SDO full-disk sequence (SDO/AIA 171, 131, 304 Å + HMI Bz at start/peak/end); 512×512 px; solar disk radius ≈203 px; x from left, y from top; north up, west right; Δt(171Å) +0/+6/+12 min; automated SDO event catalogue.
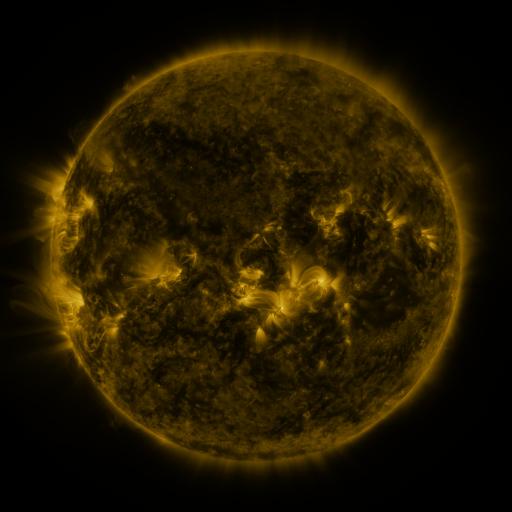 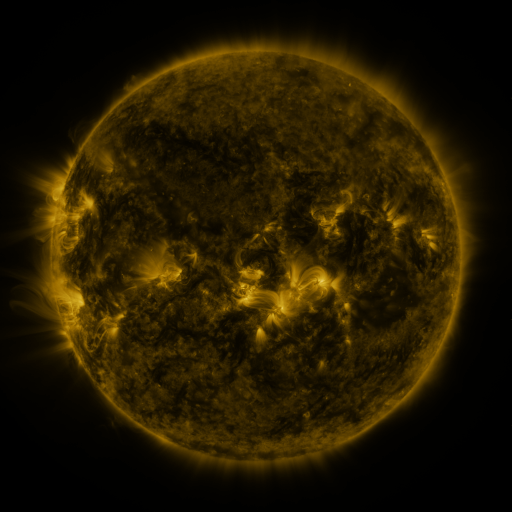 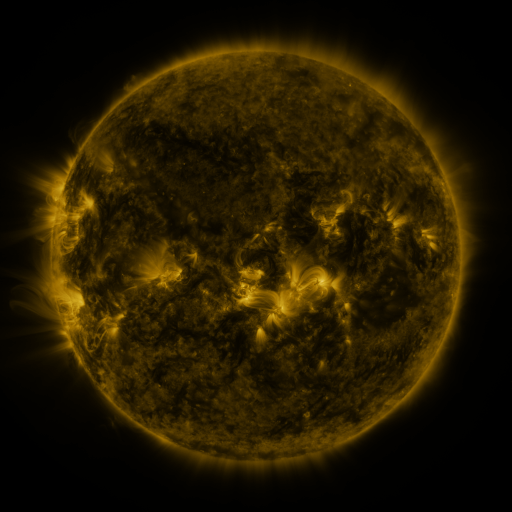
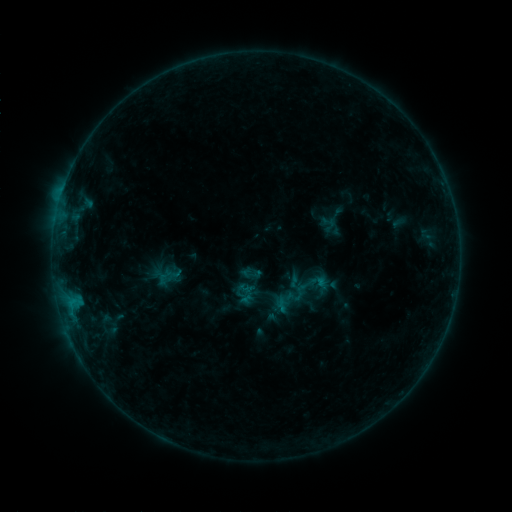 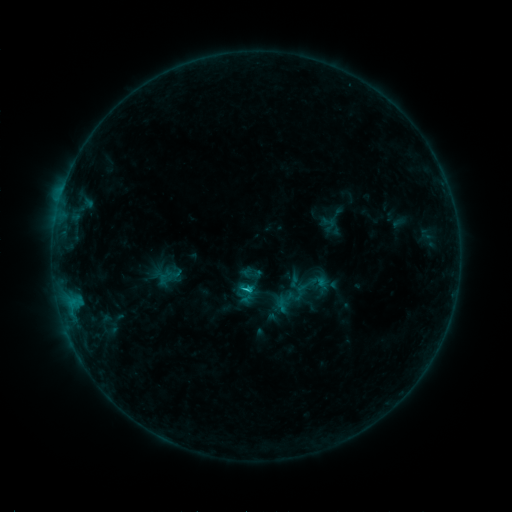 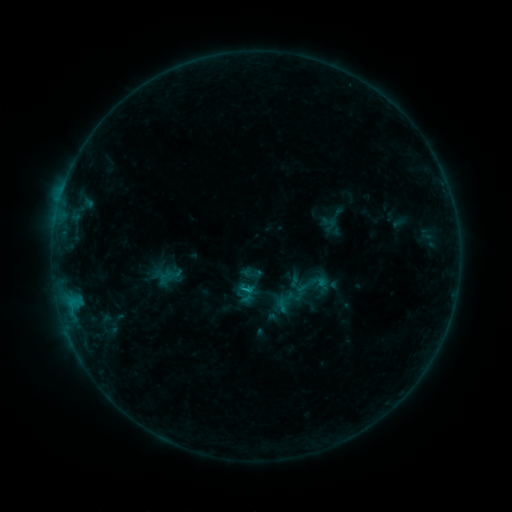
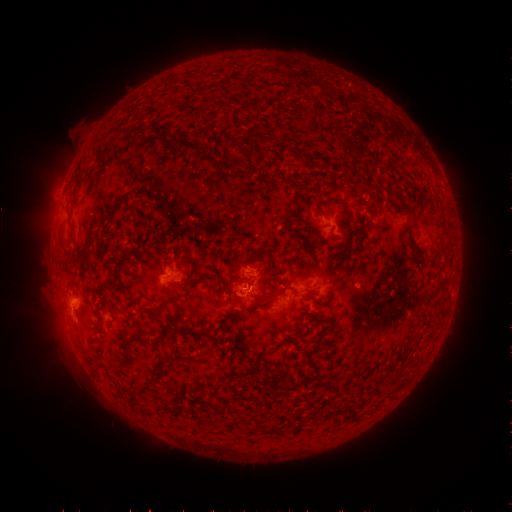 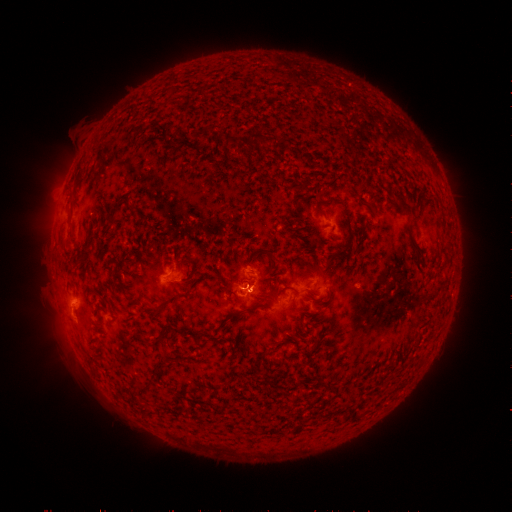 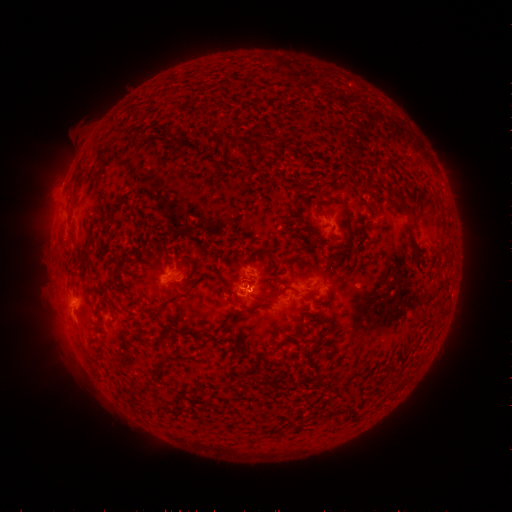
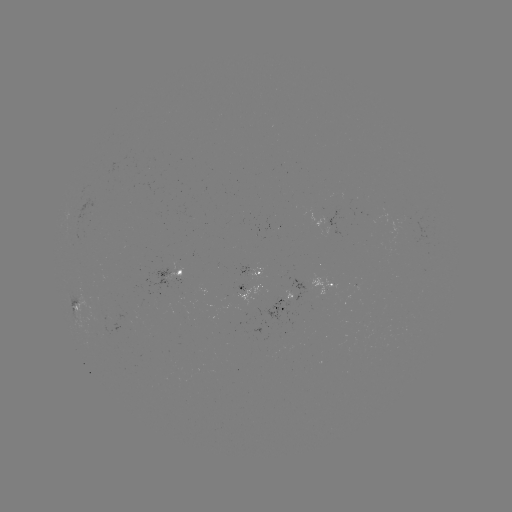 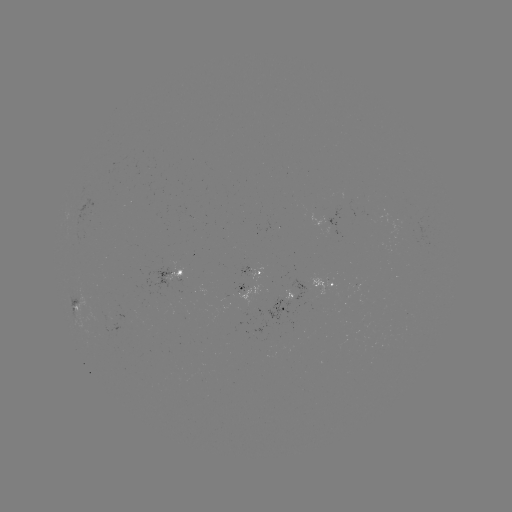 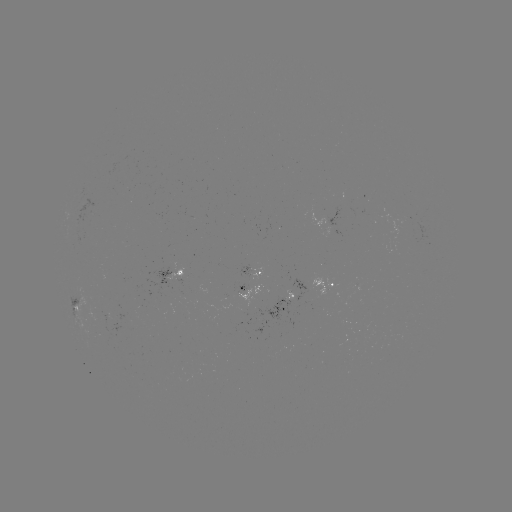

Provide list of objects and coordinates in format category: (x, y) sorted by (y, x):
B7.8 flare: (248, 286)
